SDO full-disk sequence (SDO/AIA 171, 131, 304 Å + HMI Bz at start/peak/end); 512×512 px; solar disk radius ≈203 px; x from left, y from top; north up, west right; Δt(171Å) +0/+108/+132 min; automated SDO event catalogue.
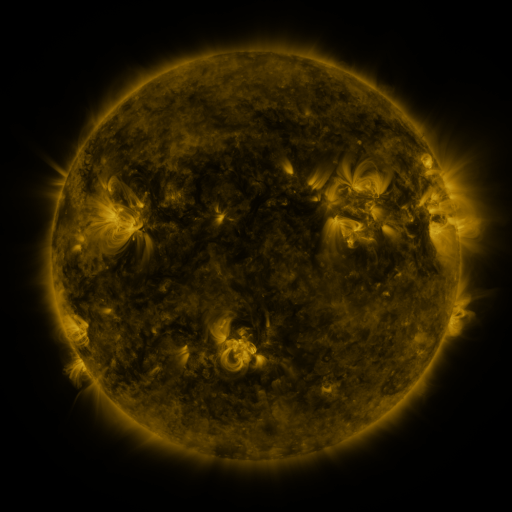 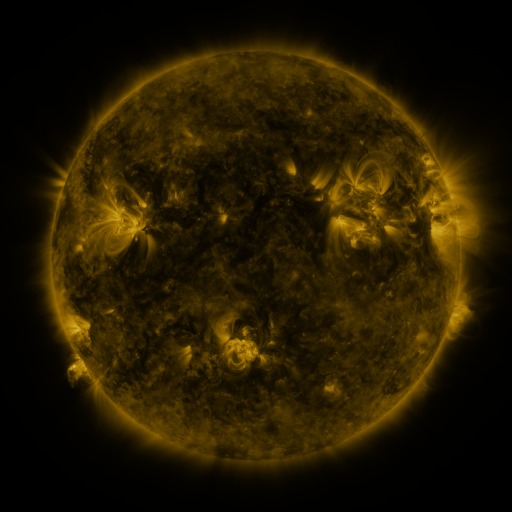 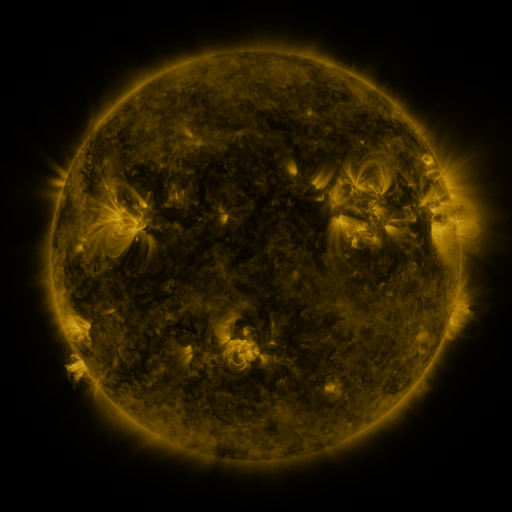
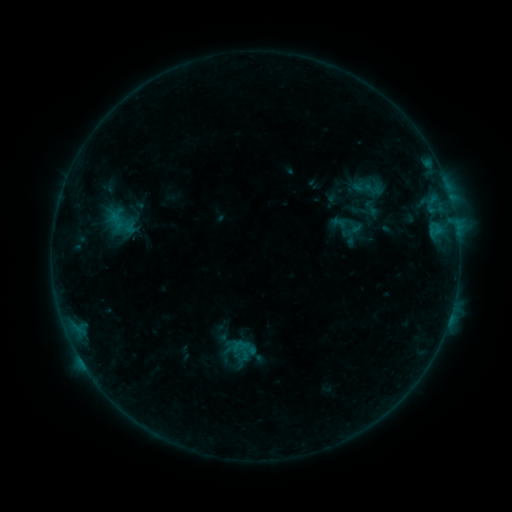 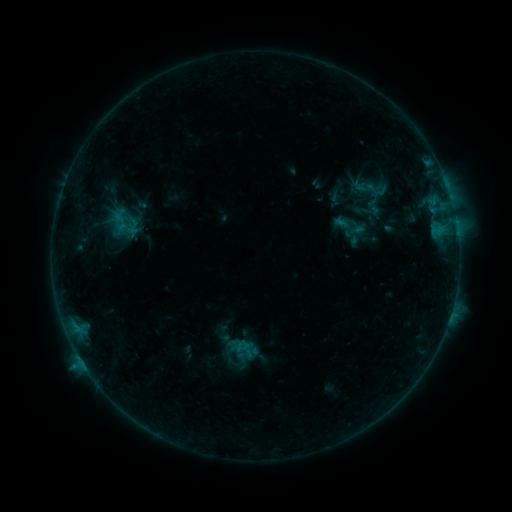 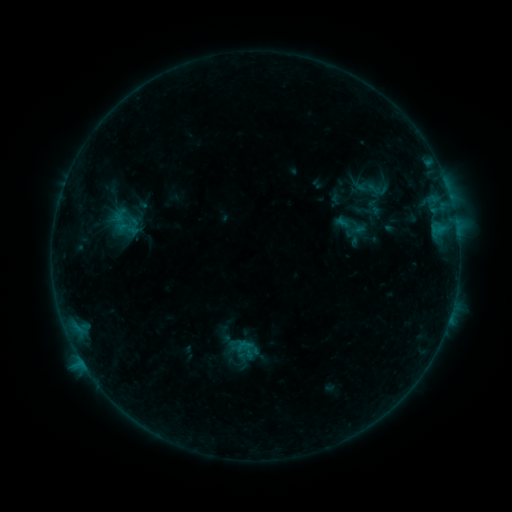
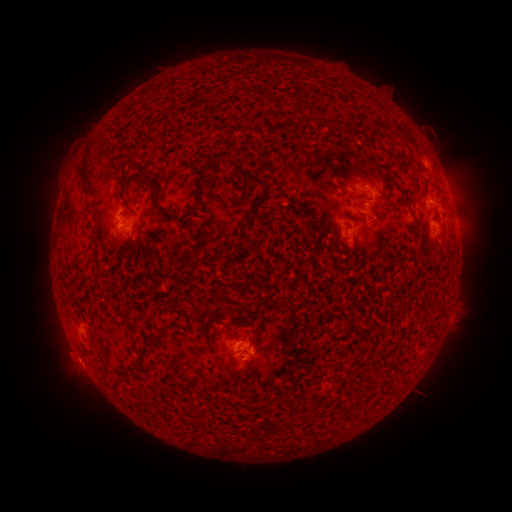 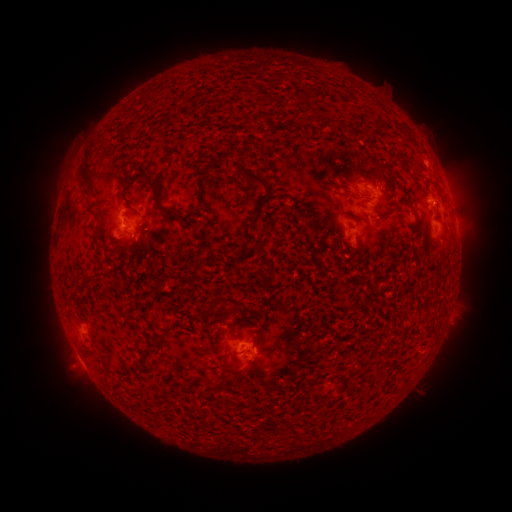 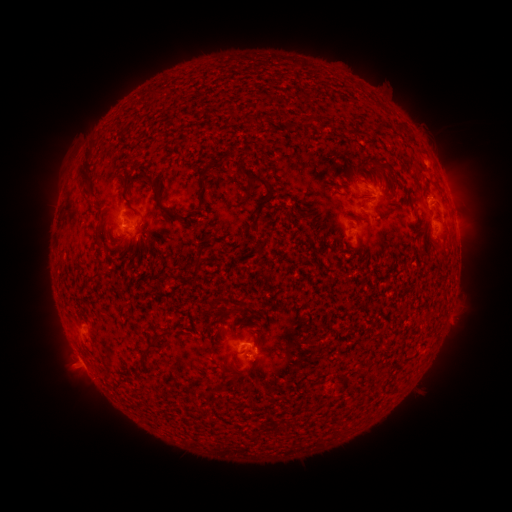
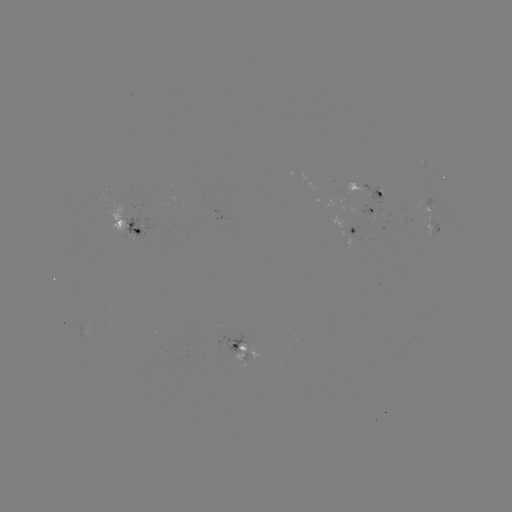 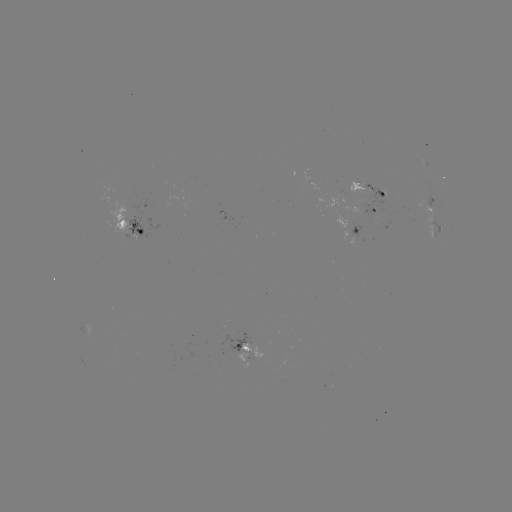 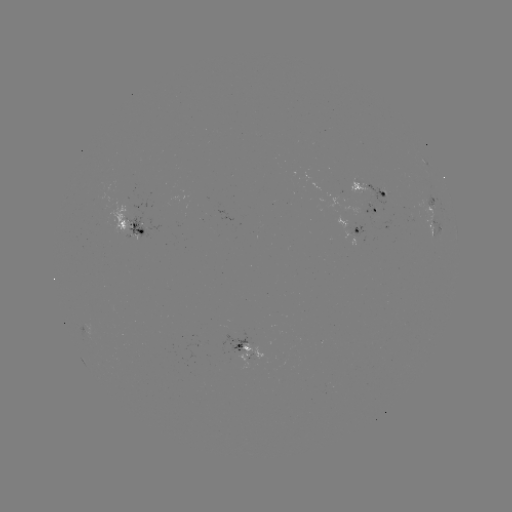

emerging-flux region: <bbox>334, 215, 355, 229</bbox>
